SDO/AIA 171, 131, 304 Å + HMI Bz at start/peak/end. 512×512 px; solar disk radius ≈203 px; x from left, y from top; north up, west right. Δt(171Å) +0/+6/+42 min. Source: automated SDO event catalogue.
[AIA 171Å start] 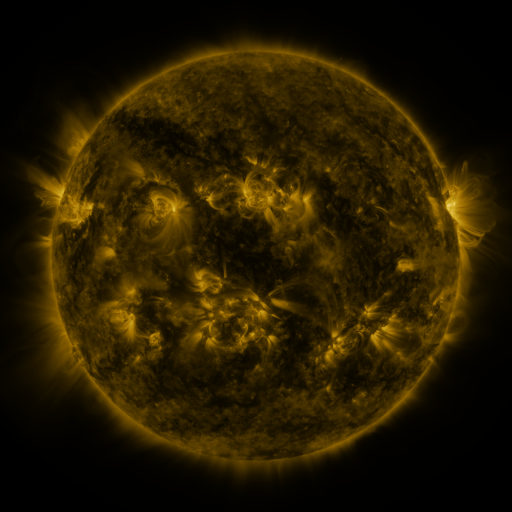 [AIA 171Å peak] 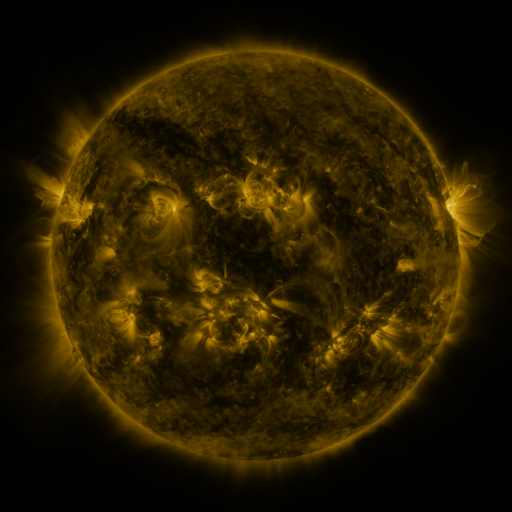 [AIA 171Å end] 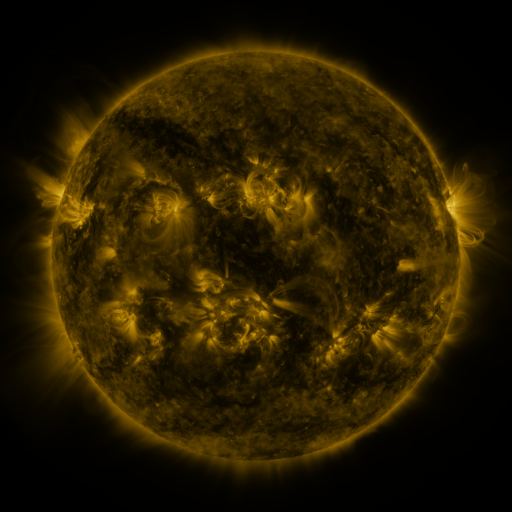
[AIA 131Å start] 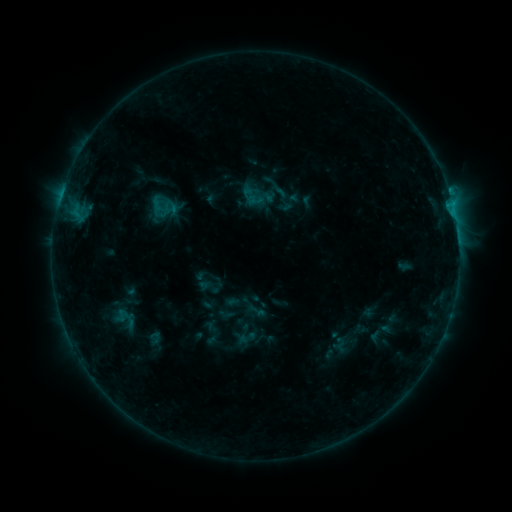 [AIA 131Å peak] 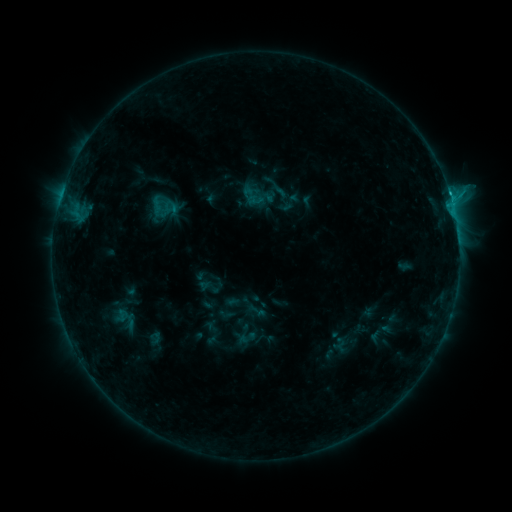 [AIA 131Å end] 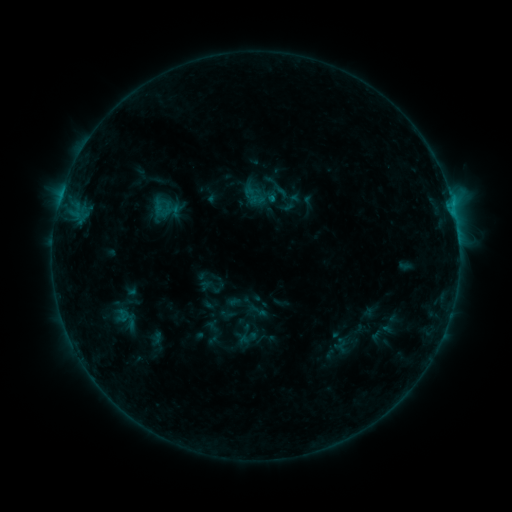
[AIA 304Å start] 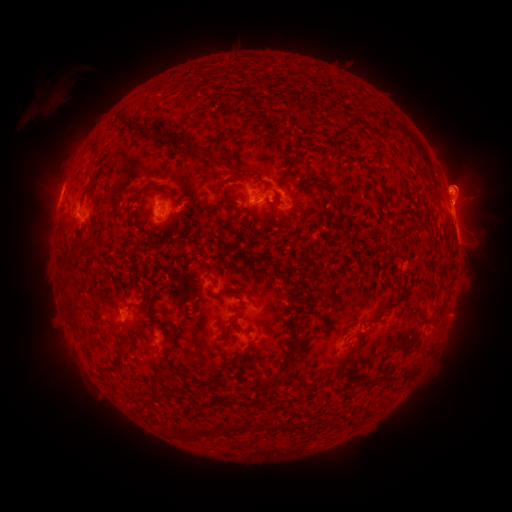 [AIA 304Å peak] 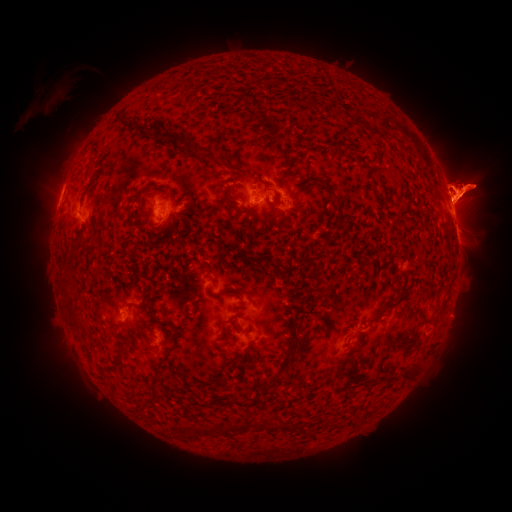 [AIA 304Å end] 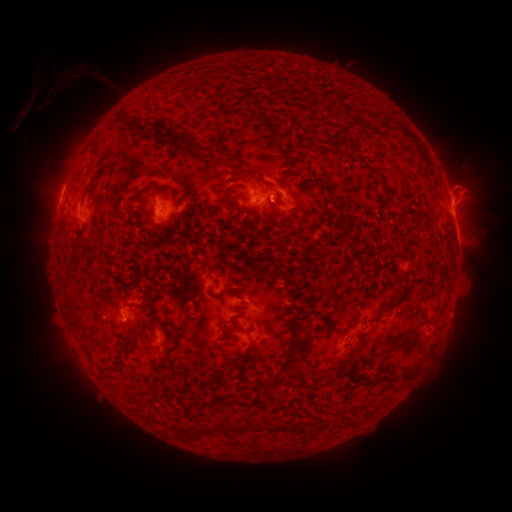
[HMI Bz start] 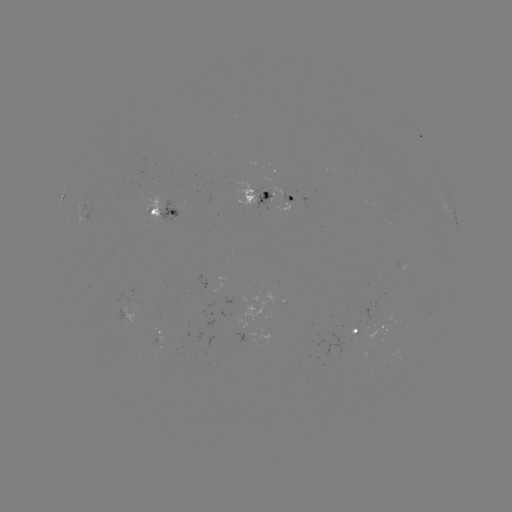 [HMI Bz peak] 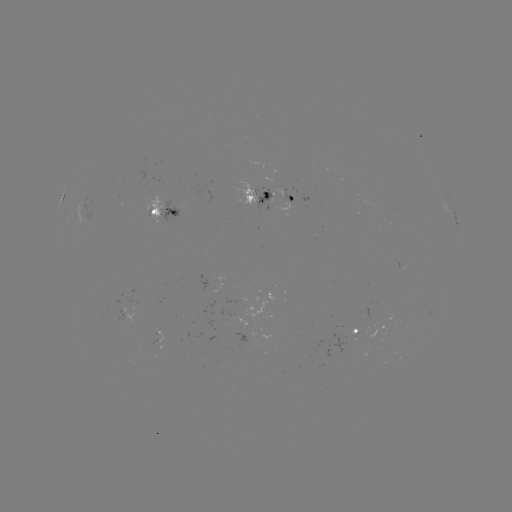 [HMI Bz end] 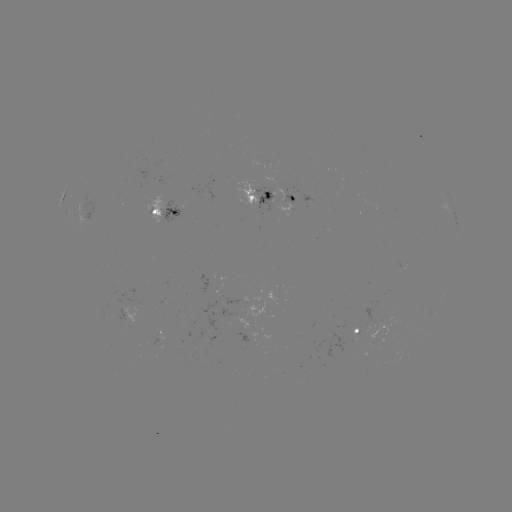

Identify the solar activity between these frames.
C1.3 flare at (450, 196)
